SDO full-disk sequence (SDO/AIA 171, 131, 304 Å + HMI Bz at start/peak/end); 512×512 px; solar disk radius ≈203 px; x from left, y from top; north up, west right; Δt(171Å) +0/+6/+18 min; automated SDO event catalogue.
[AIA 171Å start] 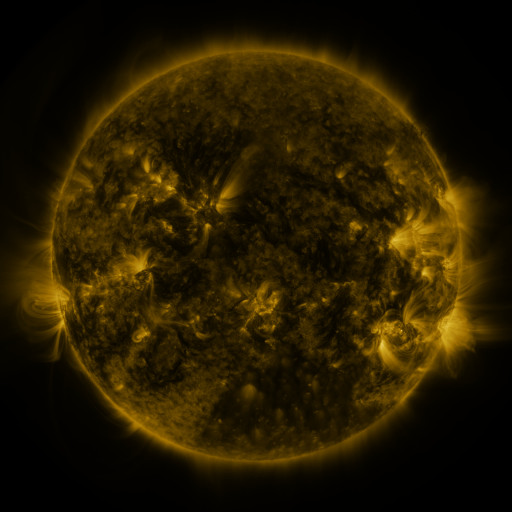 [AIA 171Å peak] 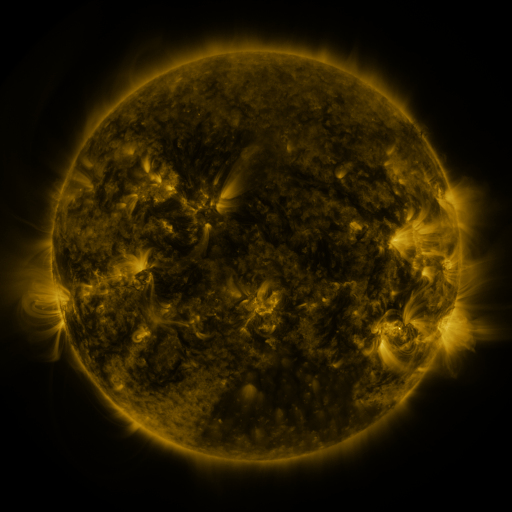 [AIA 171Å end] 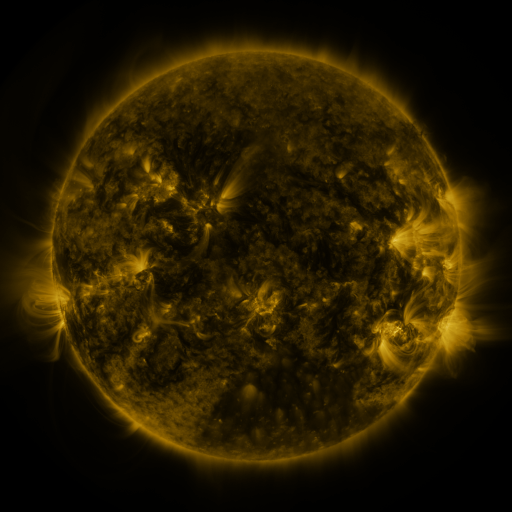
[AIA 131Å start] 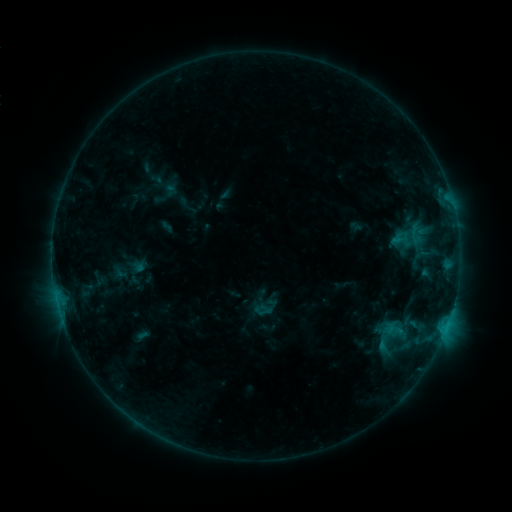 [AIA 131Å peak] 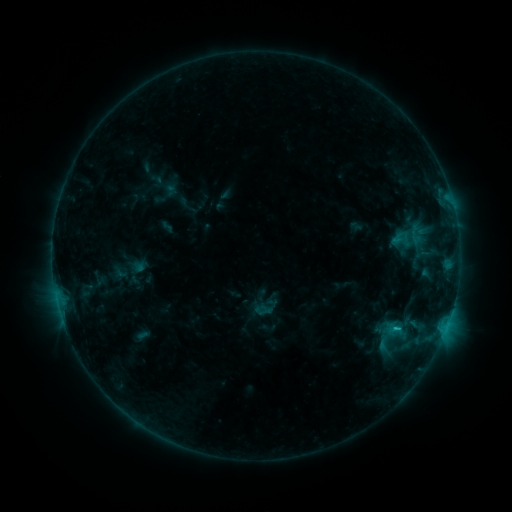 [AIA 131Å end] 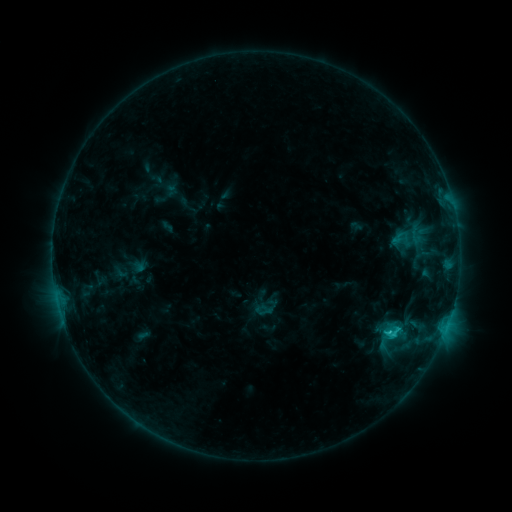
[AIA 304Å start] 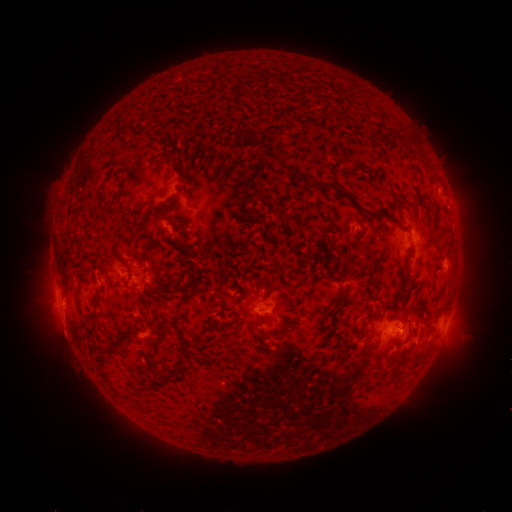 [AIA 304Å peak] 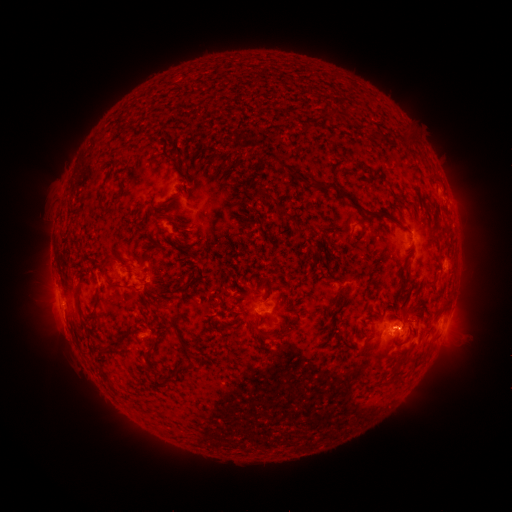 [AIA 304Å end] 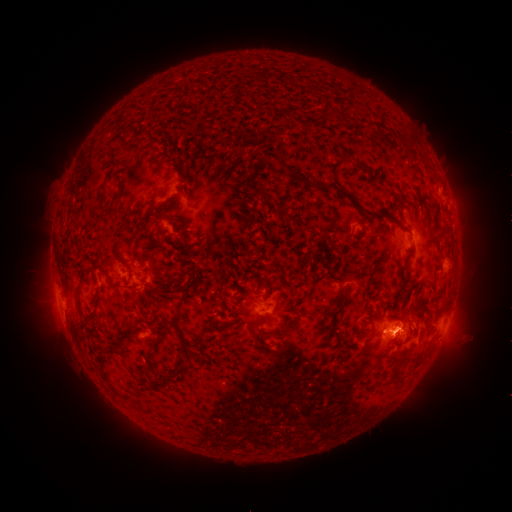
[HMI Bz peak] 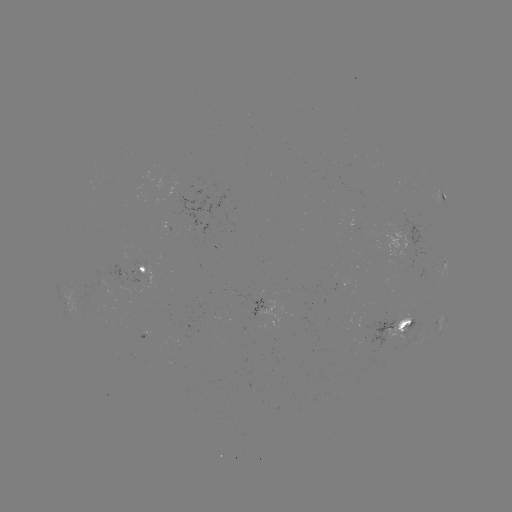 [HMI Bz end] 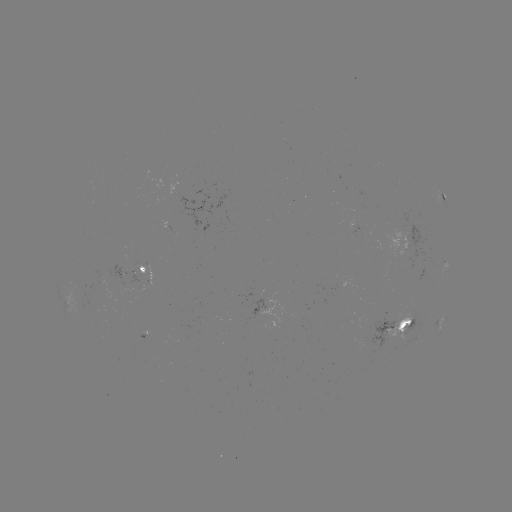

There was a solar flare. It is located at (396, 326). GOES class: C2.1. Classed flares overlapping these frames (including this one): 3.